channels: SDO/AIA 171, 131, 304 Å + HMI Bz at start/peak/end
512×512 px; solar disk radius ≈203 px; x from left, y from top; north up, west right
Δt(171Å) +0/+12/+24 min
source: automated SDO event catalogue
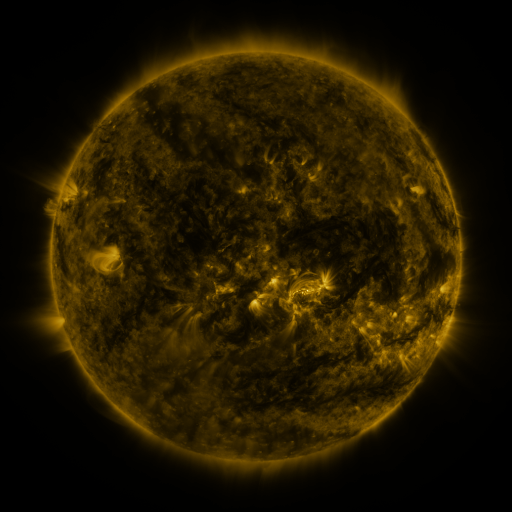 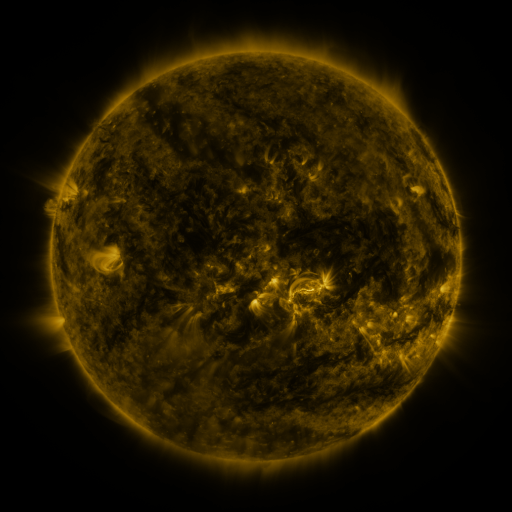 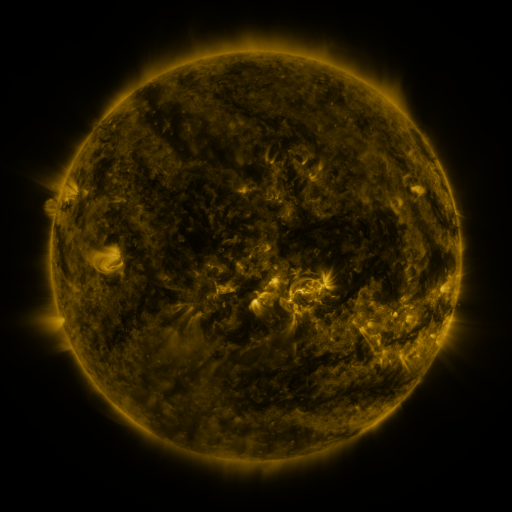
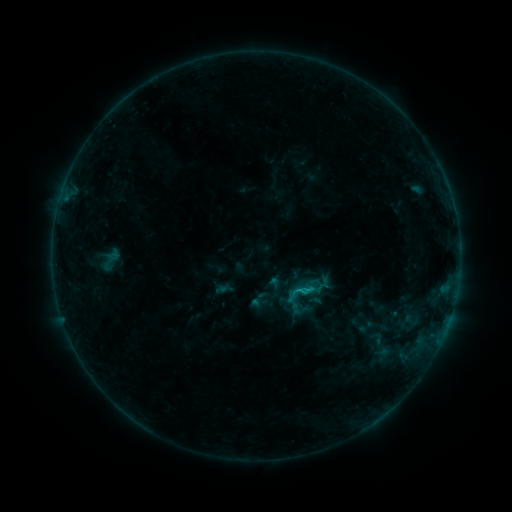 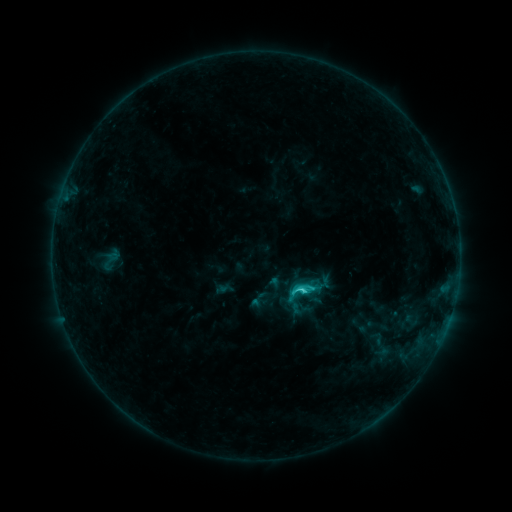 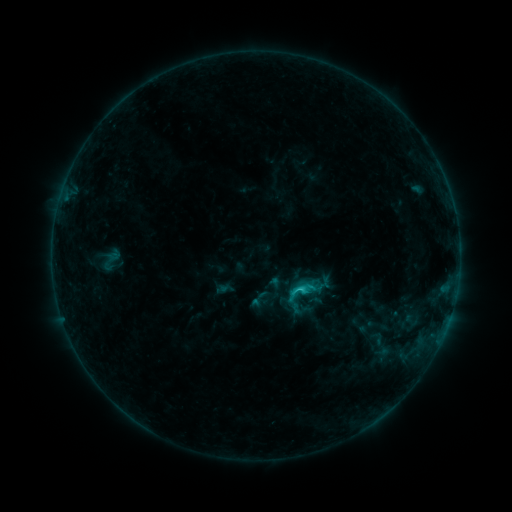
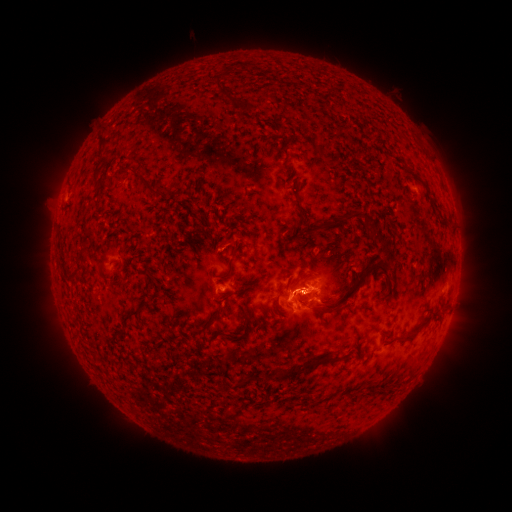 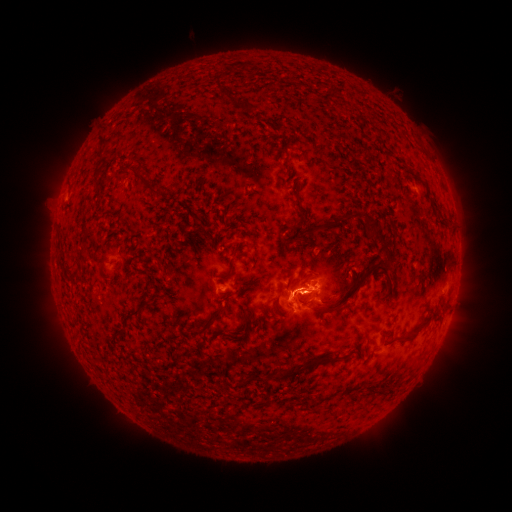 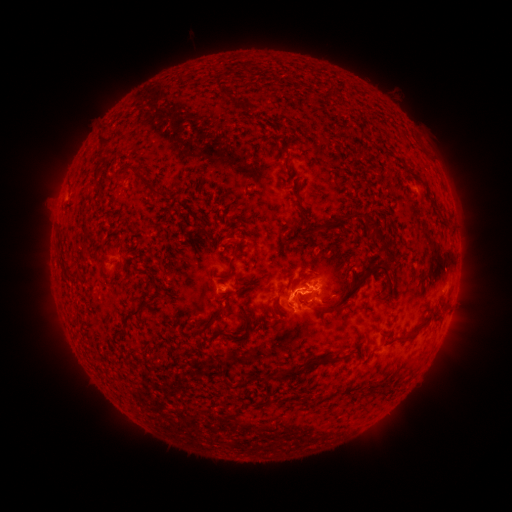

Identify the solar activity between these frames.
C2.1 flare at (300, 287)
